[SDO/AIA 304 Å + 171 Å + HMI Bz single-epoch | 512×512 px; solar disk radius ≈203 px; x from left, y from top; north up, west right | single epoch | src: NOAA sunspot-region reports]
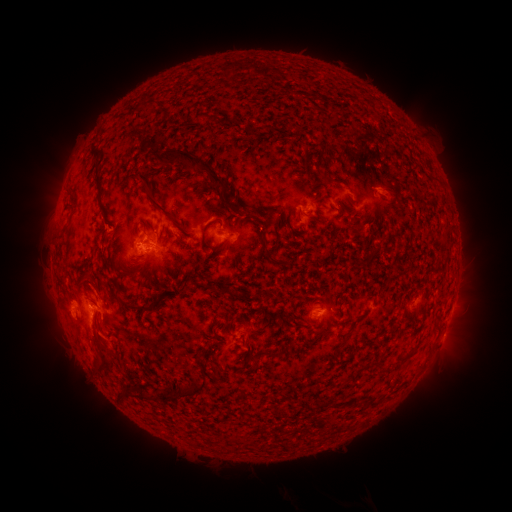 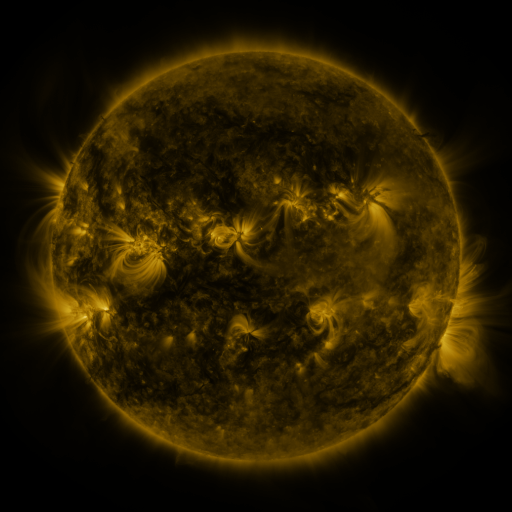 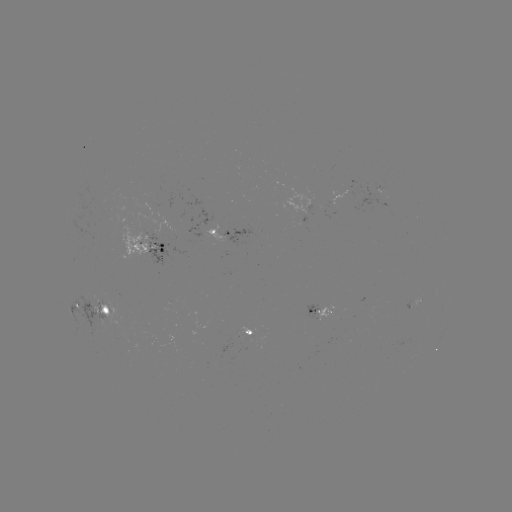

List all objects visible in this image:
spotted active region: (224, 232)
spotted active region: (148, 247)
spotted active region: (418, 302)
spotted active region: (93, 312)
spotted active region: (324, 312)
spotted active region: (252, 333)
